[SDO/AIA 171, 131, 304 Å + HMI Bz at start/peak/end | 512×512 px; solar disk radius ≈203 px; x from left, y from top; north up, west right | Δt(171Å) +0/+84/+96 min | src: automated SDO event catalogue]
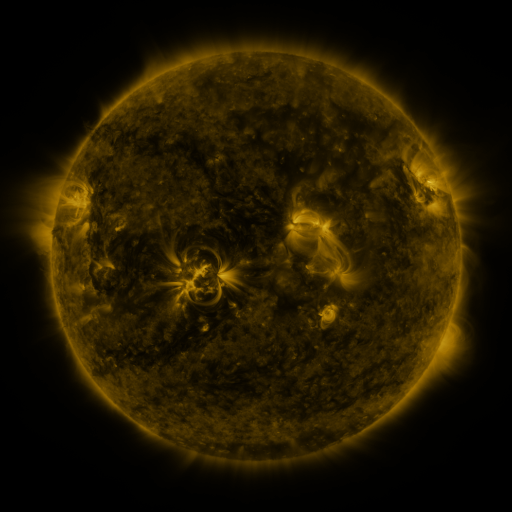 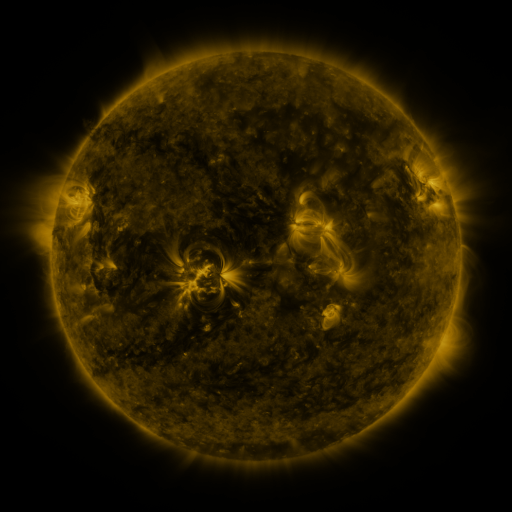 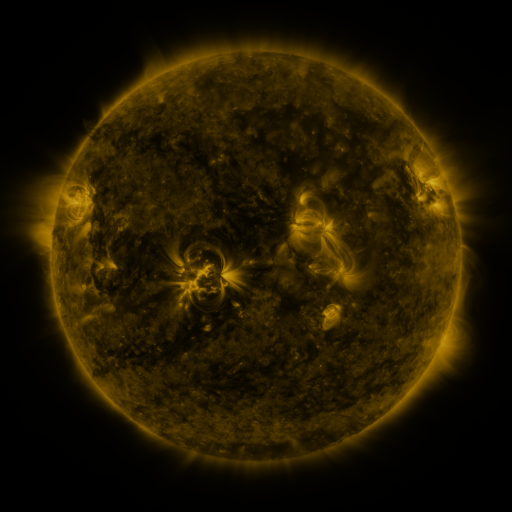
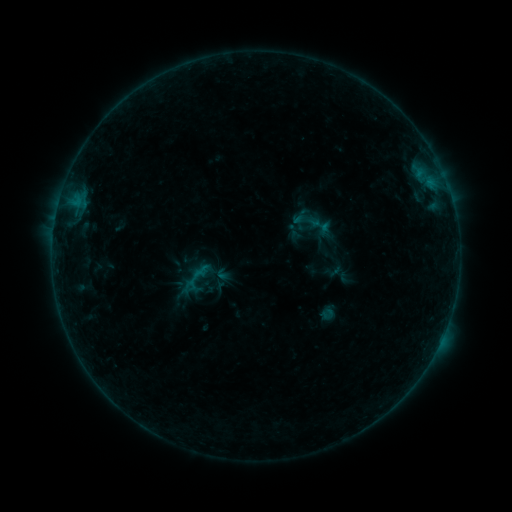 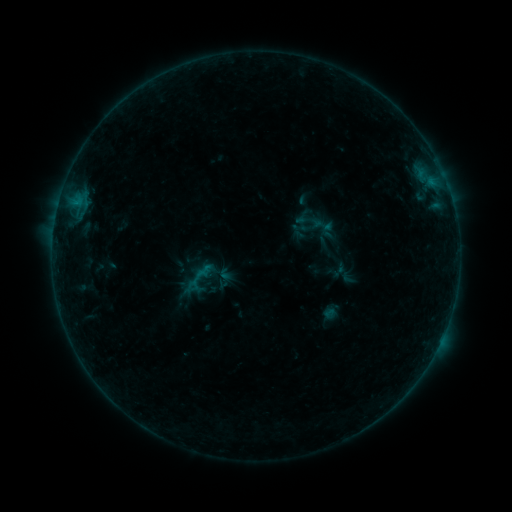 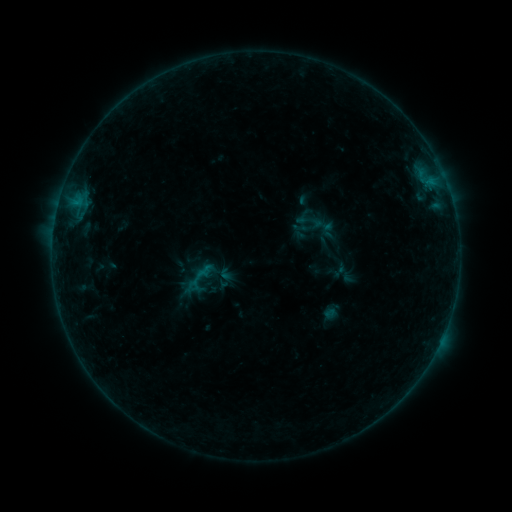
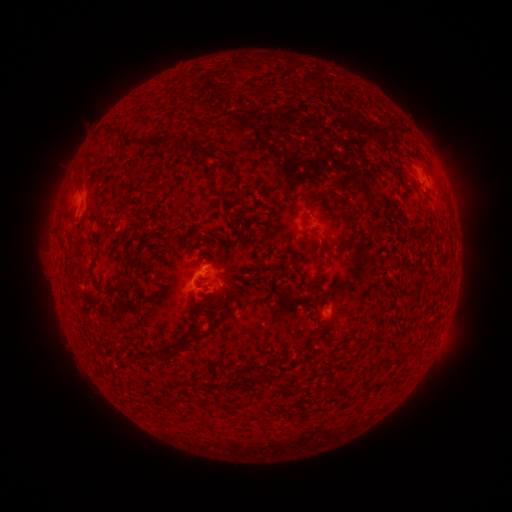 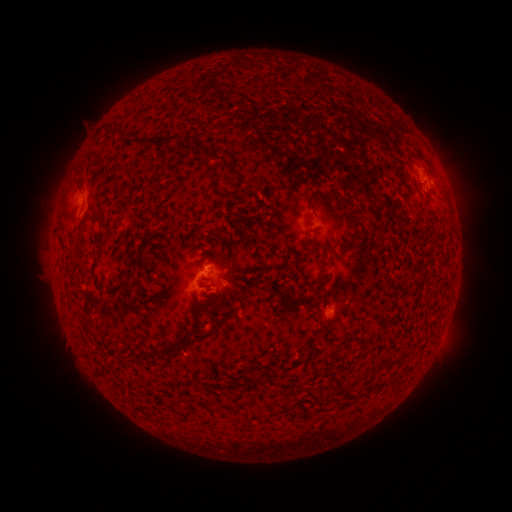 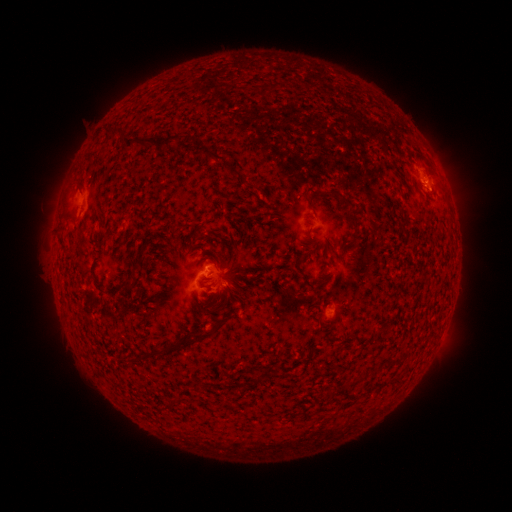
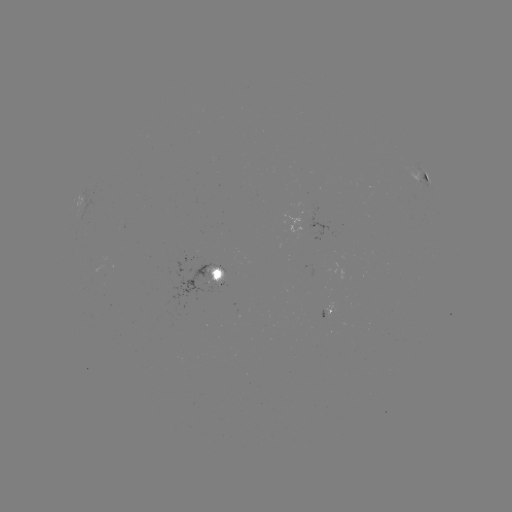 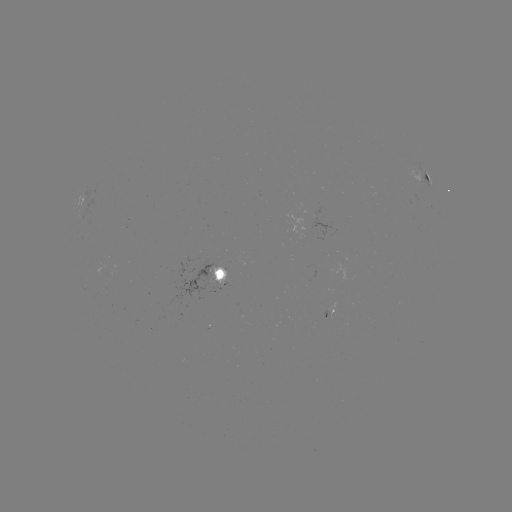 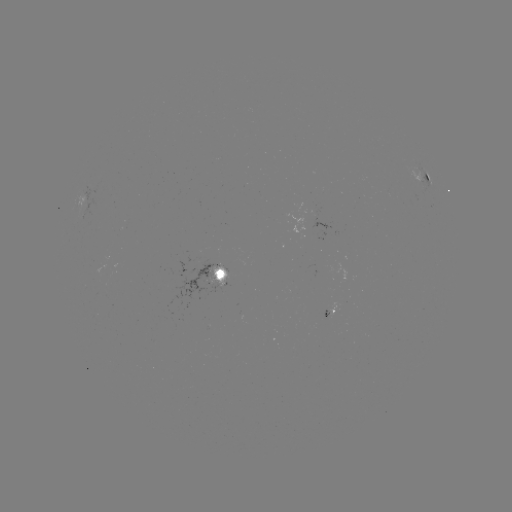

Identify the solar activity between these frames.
emerging-flux region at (223, 271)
